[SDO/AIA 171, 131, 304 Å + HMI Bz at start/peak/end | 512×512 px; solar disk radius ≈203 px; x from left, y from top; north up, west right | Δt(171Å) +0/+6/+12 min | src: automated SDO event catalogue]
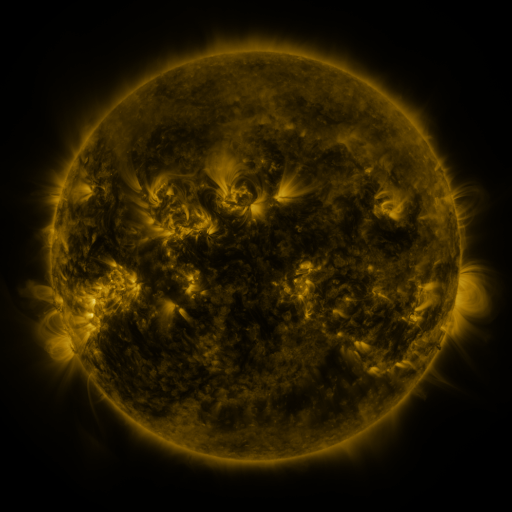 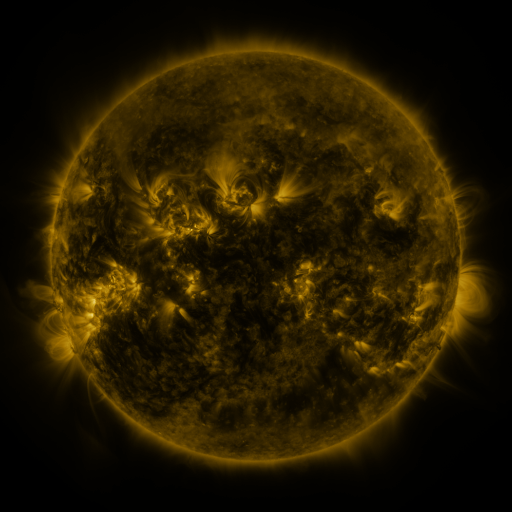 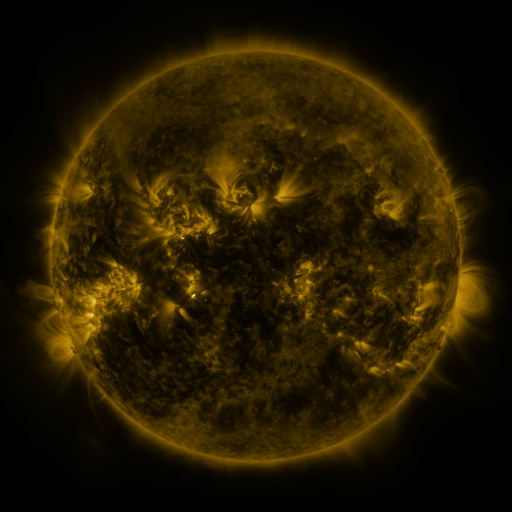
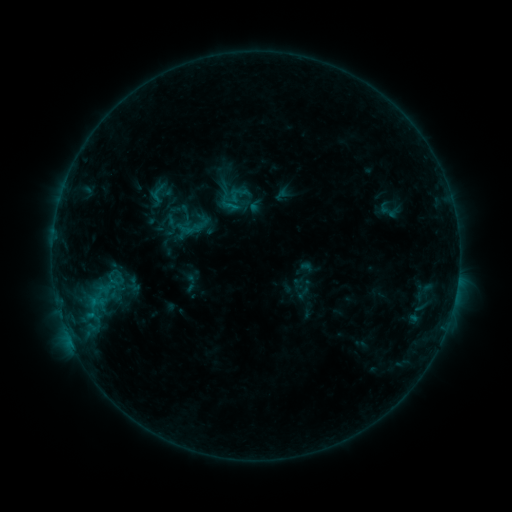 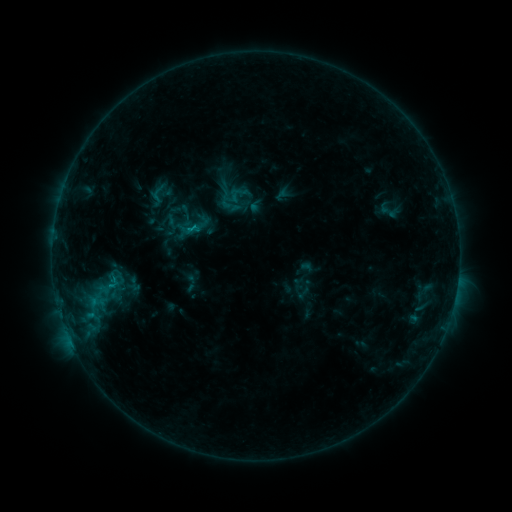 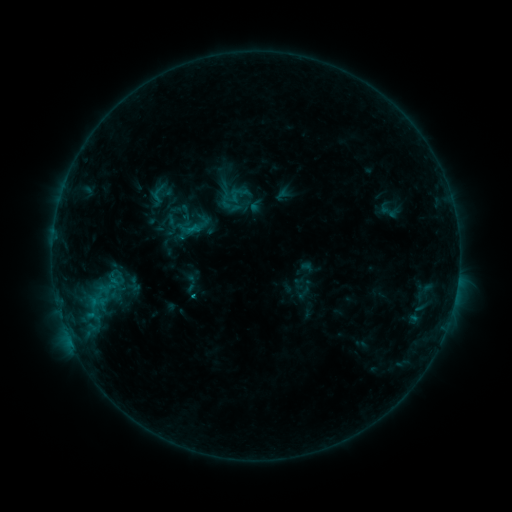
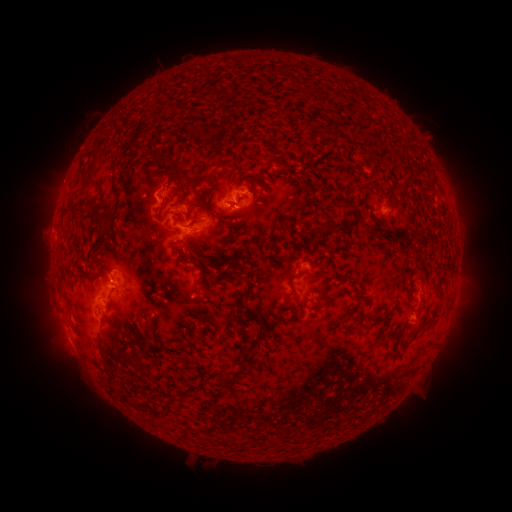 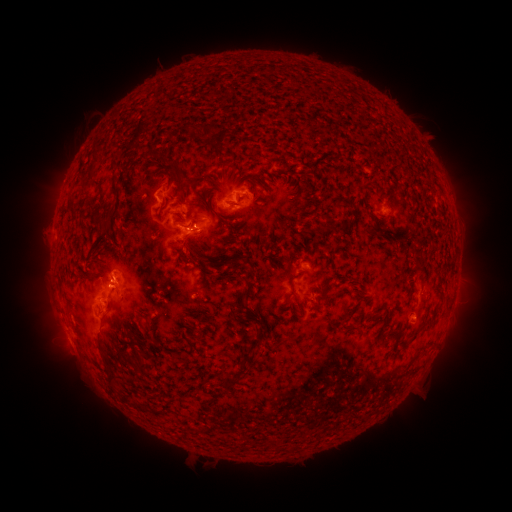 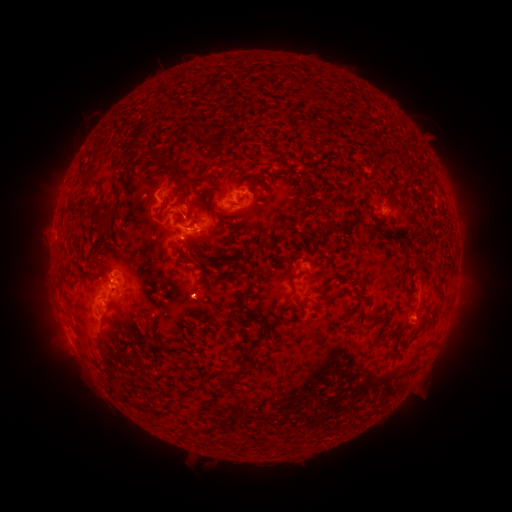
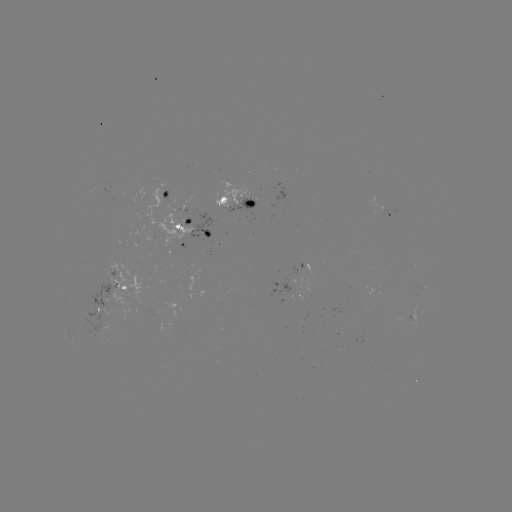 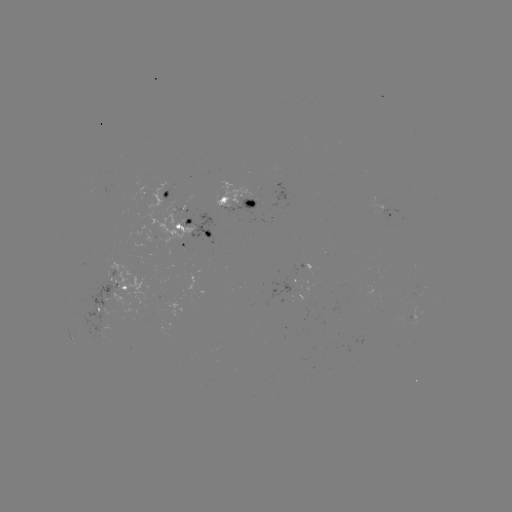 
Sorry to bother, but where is C1.1 flare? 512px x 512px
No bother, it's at (111, 283).